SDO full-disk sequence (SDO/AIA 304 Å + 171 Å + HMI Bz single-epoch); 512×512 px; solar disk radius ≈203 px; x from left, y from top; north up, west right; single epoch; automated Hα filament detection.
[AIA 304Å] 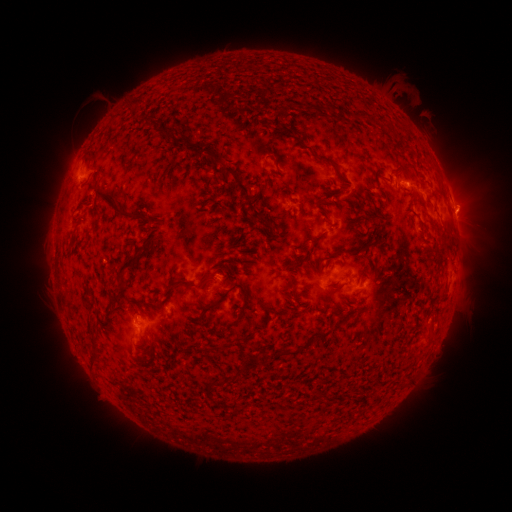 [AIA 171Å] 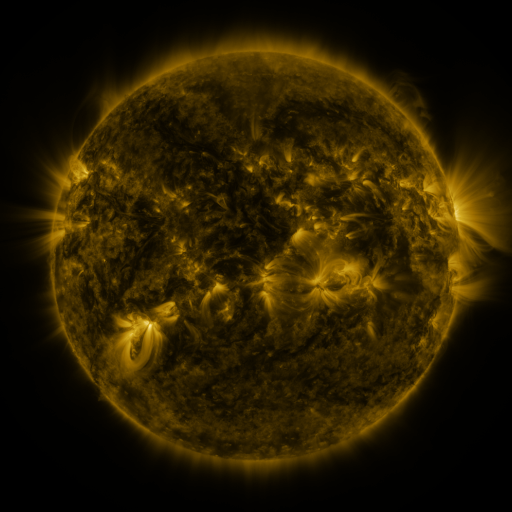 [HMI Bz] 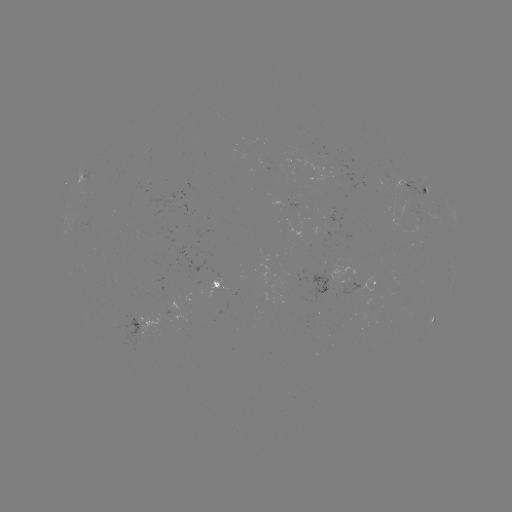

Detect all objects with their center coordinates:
filament: (126, 99, 142, 112)
filament: (144, 117, 153, 126)
filament: (257, 122, 273, 131)
filament: (284, 126, 298, 140)
filament: (162, 130, 171, 139)
filament: (231, 130, 240, 141)
filament: (176, 139, 186, 148)
filament: (313, 153, 337, 170)
filament: (268, 154, 277, 167)
filament: (391, 162, 410, 178)
filament: (233, 175, 252, 197)
filament: (321, 181, 339, 197)
filament: (92, 186, 144, 222)
filament: (253, 190, 260, 199)
filament: (318, 198, 332, 205)
filament: (249, 205, 262, 226)
filament: (91, 220, 100, 233)
filament: (309, 231, 324, 244)
filament: (334, 240, 374, 254)
filament: (65, 245, 72, 257)
filament: (115, 248, 144, 292)
filament: (292, 259, 301, 270)
filament: (287, 272, 294, 299)
filament: (165, 273, 214, 295)
filament: (205, 282, 246, 312)
filament: (328, 283, 340, 291)
filament: (237, 305, 246, 319)
filament: (336, 314, 347, 327)
filament: (313, 328, 333, 340)
filament: (284, 346, 294, 354)
filament: (262, 348, 273, 358)
filament: (90, 351, 100, 369)
filament: (241, 354, 257, 369)
filament: (214, 372, 240, 388)
